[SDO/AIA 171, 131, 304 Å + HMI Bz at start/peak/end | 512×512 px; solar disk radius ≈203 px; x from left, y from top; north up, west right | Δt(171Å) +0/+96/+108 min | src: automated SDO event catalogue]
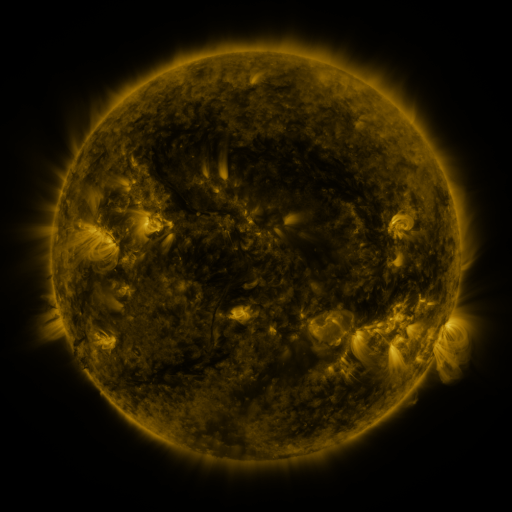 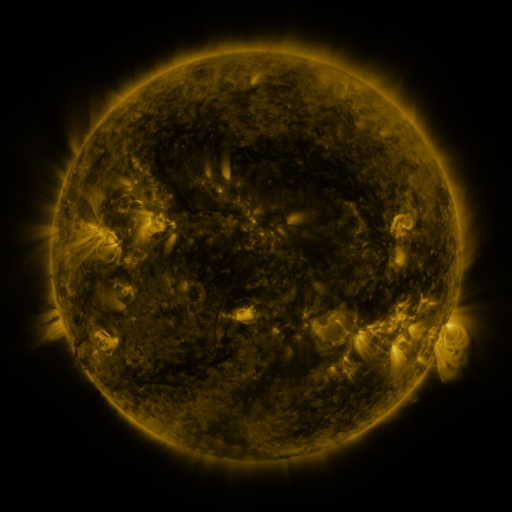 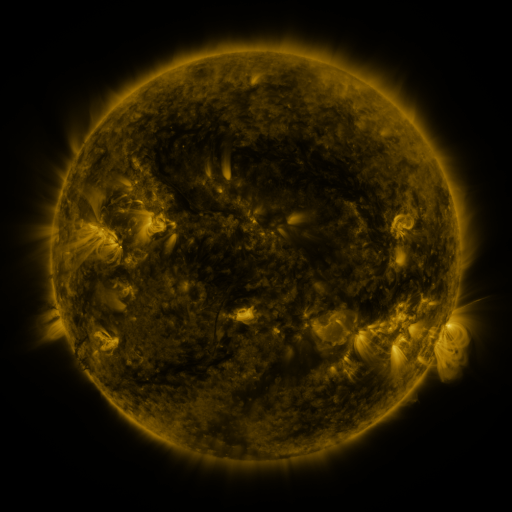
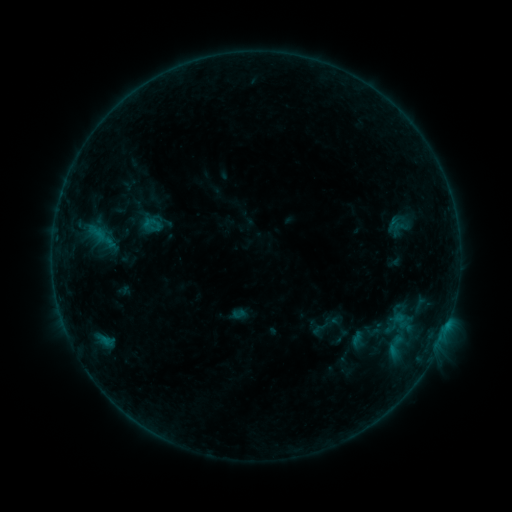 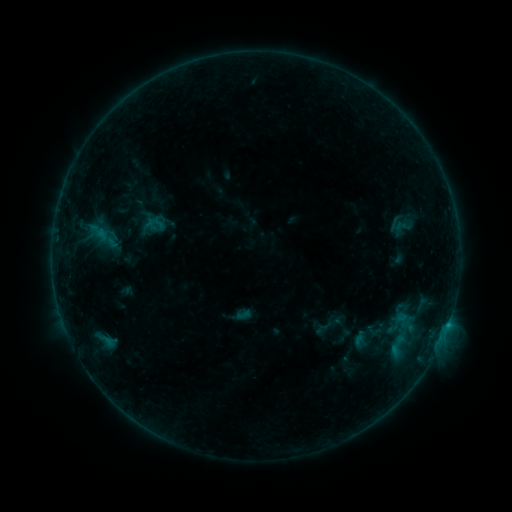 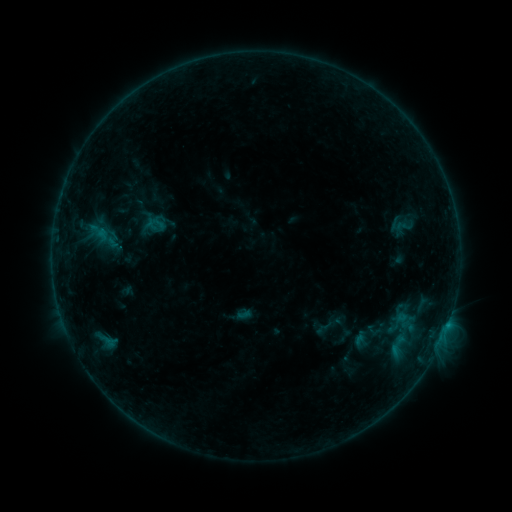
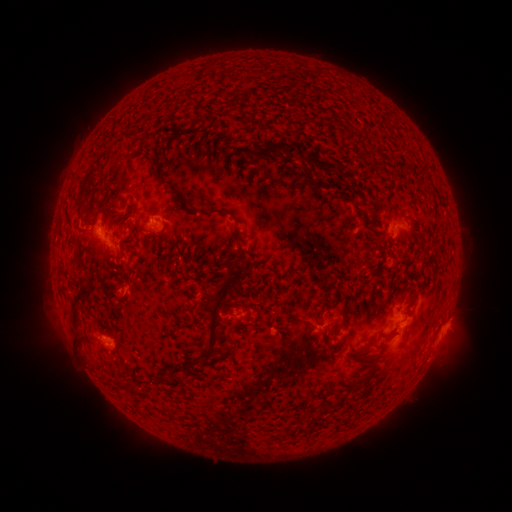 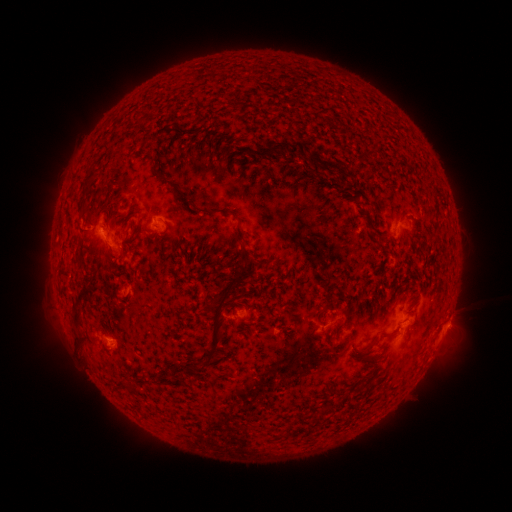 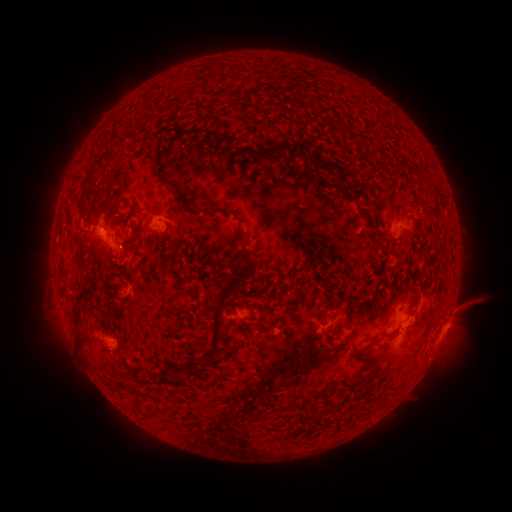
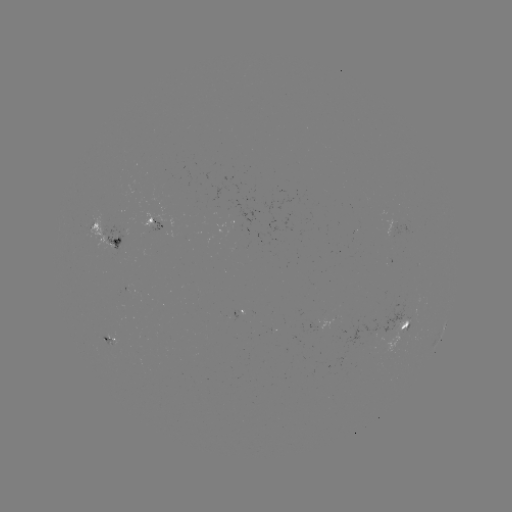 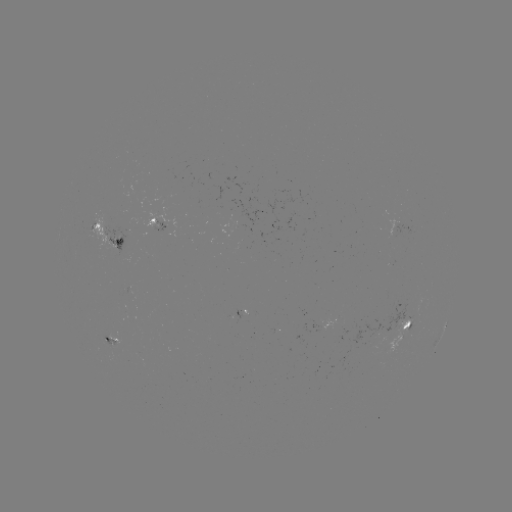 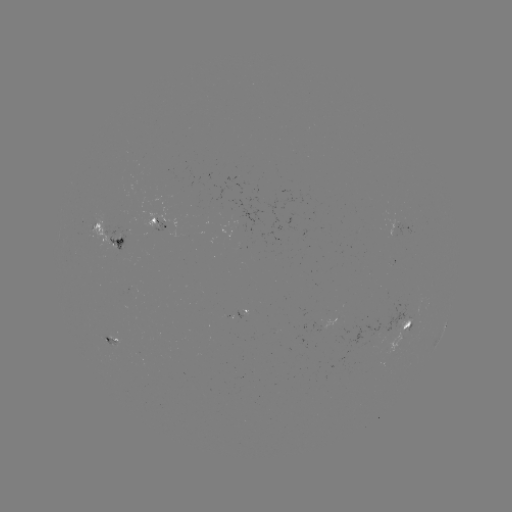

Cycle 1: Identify emerging-flux region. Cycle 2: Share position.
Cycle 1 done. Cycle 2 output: (111, 343).